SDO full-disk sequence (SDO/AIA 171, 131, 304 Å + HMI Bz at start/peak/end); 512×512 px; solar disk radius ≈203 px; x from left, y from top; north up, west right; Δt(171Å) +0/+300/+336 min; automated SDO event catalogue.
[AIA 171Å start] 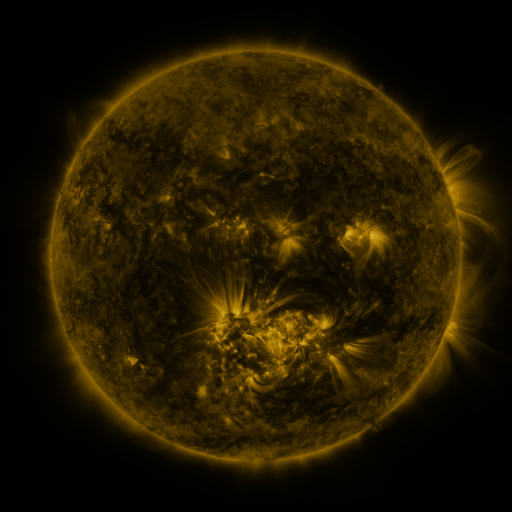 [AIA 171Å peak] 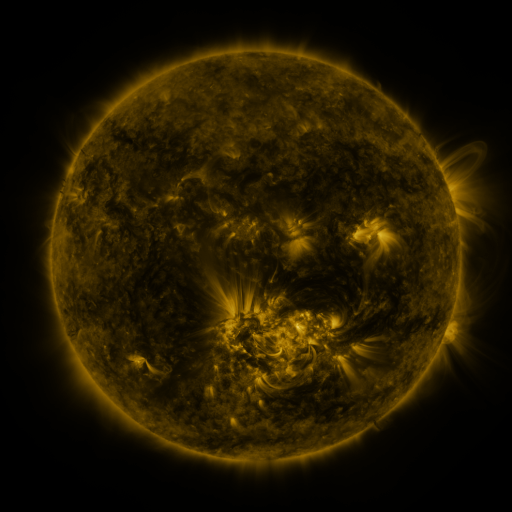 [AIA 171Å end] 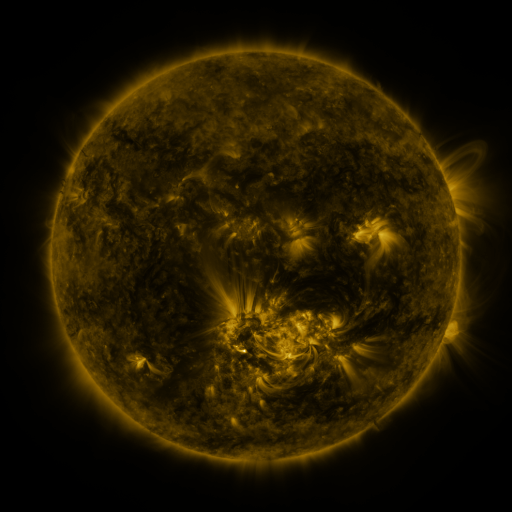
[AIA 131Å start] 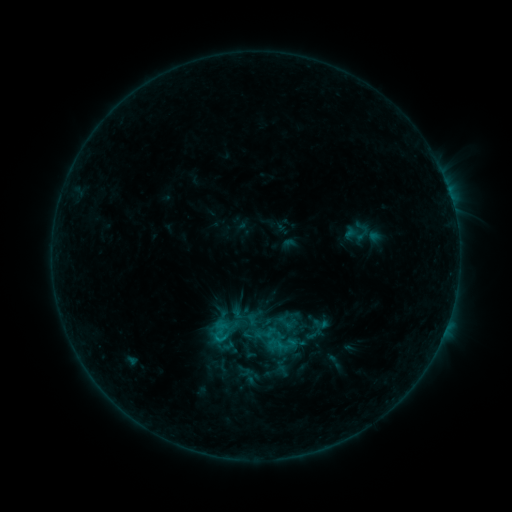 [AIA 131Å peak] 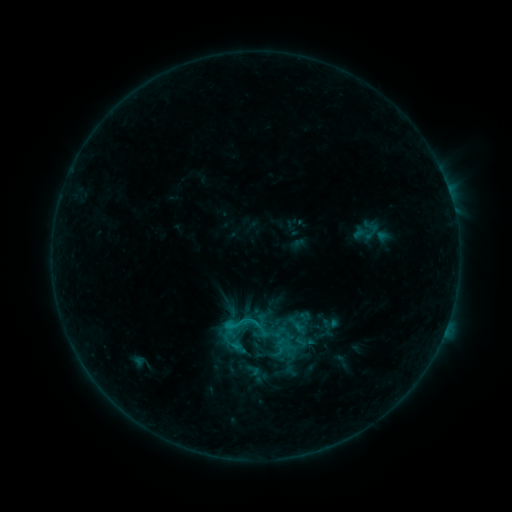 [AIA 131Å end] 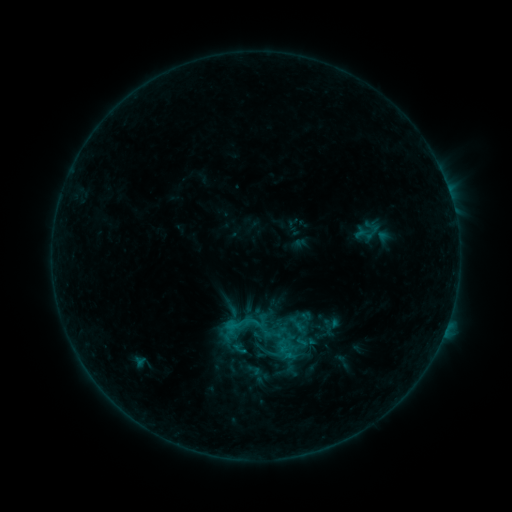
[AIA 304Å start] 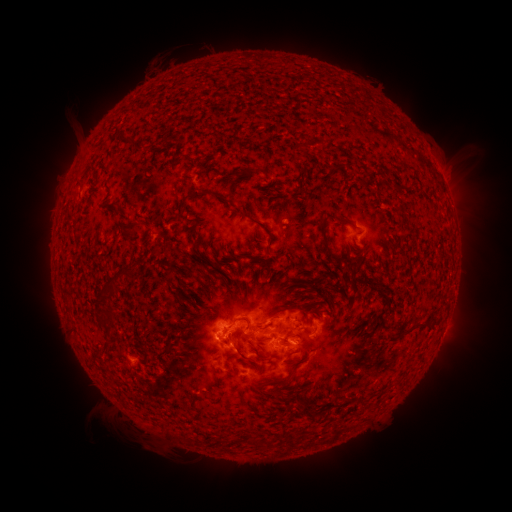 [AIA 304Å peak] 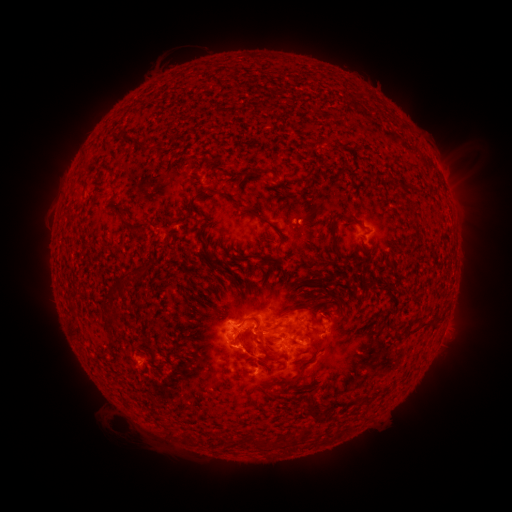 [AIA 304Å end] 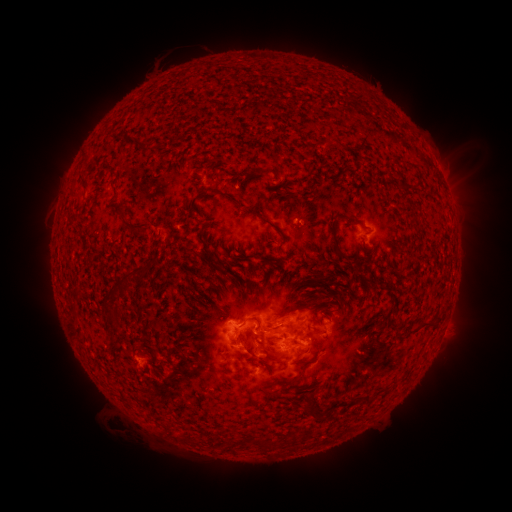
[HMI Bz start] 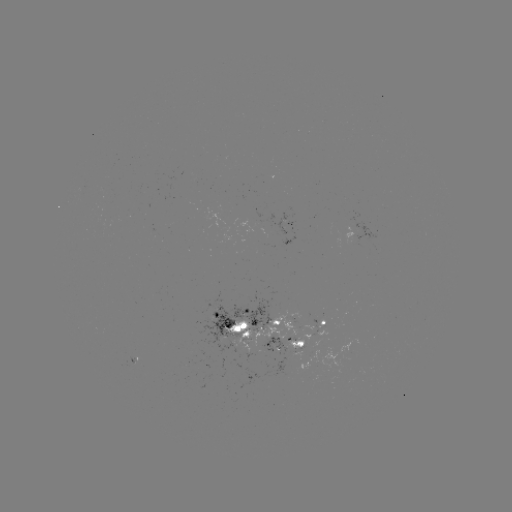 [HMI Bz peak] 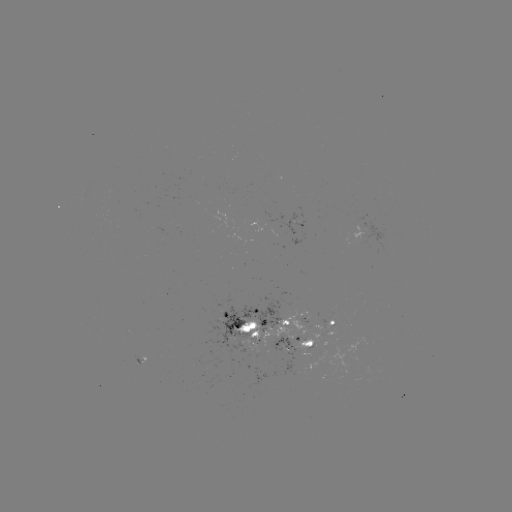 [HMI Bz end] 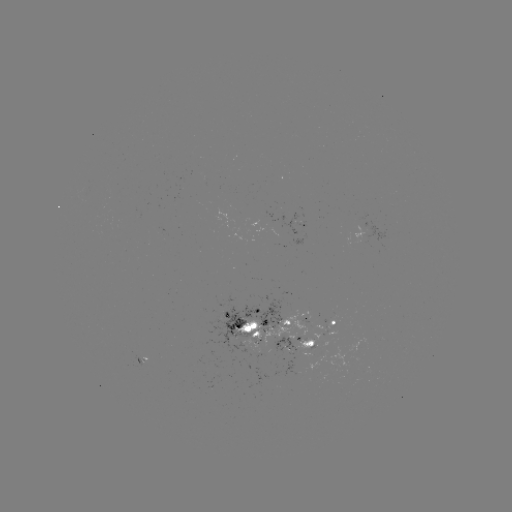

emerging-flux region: (294, 333, 320, 348)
